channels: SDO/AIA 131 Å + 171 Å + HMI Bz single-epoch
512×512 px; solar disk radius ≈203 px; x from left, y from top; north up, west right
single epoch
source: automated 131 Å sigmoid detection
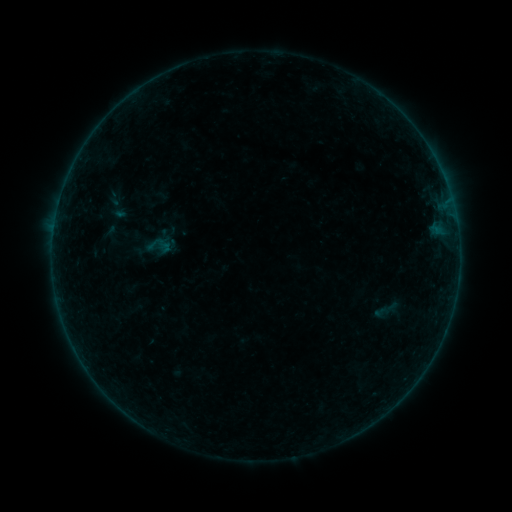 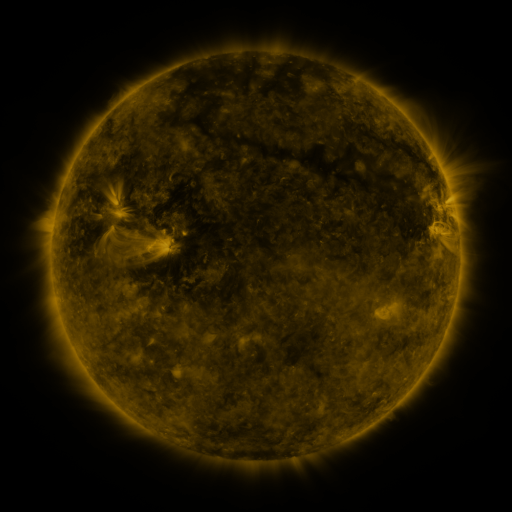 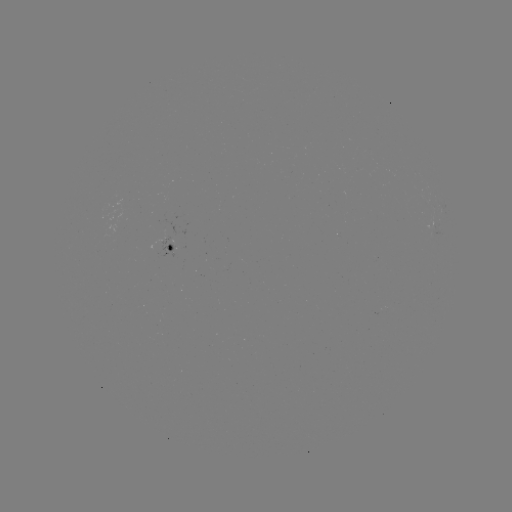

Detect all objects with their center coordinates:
sigmoid: (154, 243)
